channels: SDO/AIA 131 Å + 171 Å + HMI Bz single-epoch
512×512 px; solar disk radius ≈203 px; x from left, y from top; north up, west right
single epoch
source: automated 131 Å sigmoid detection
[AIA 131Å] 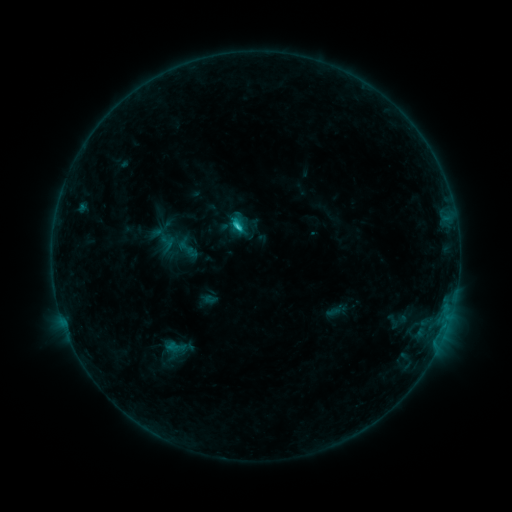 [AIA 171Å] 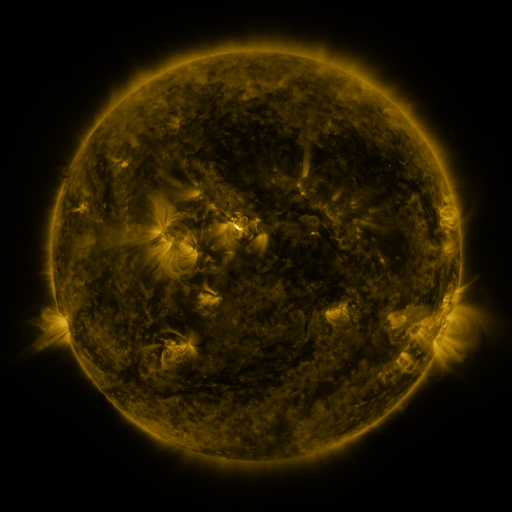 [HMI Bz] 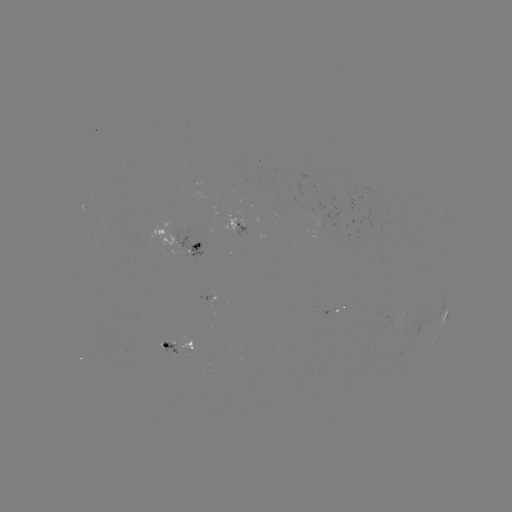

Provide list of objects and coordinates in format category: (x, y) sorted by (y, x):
sigmoid: (186, 247)
